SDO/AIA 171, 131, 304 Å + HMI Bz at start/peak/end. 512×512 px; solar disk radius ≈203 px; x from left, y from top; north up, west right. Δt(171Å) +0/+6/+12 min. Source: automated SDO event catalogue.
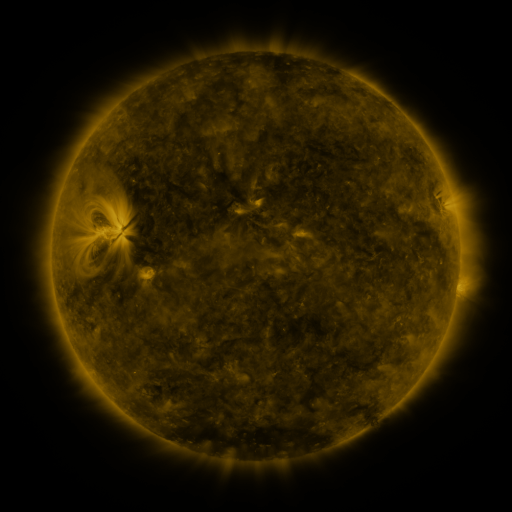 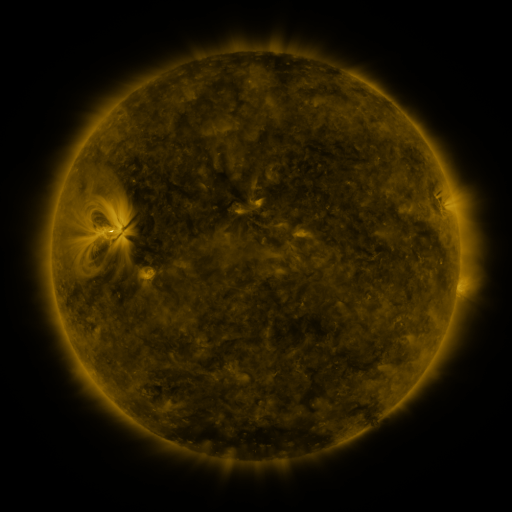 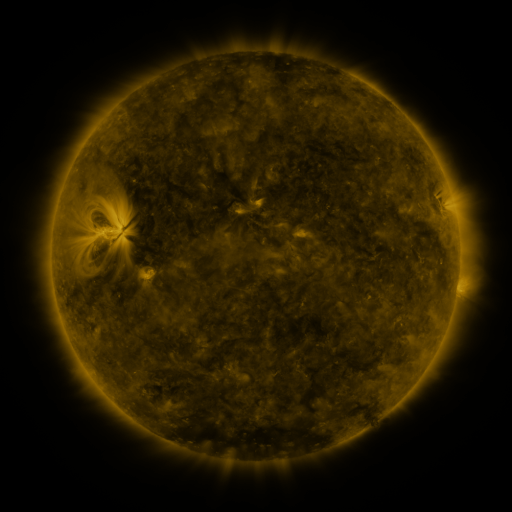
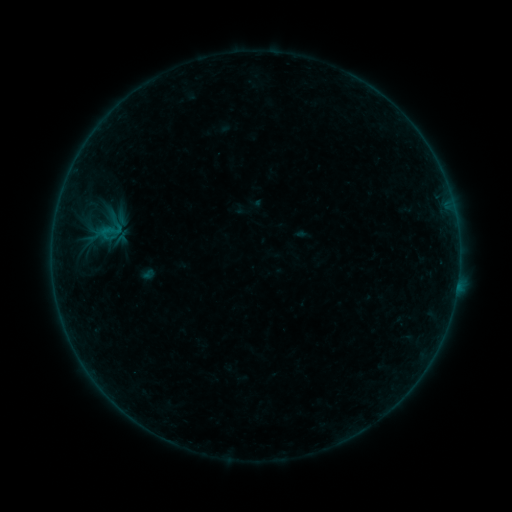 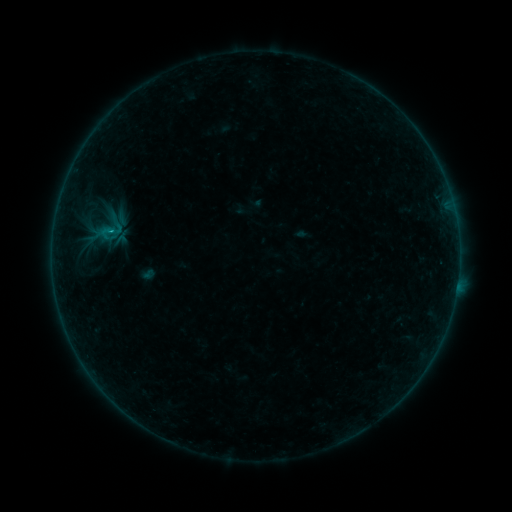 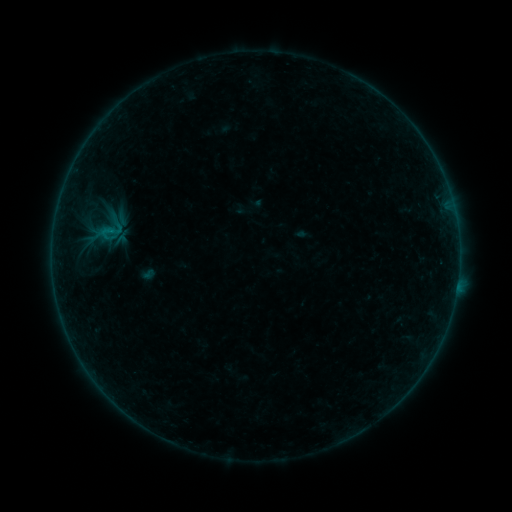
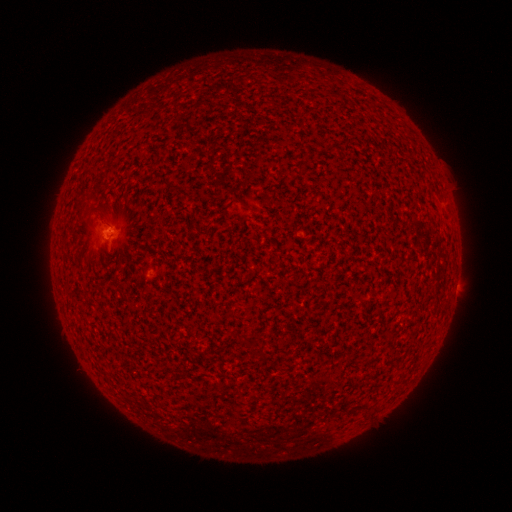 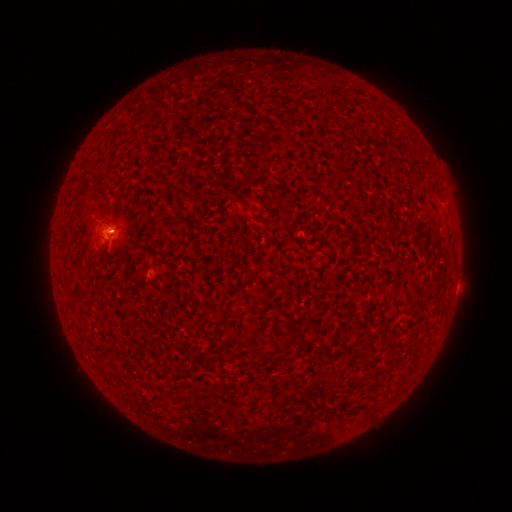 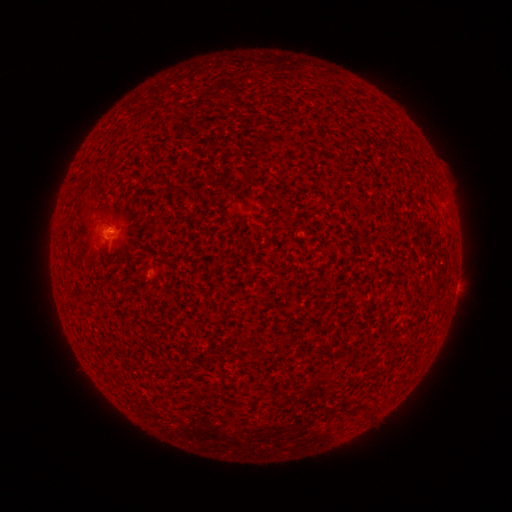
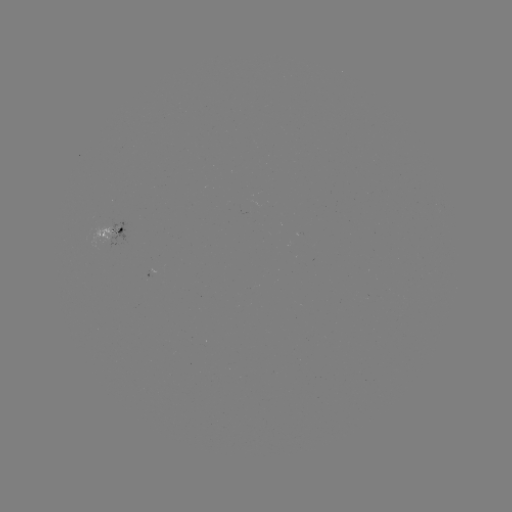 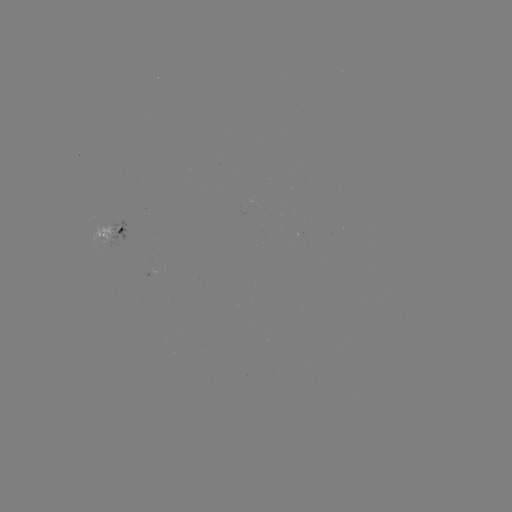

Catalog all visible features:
B1.1 flare: (112, 232)
